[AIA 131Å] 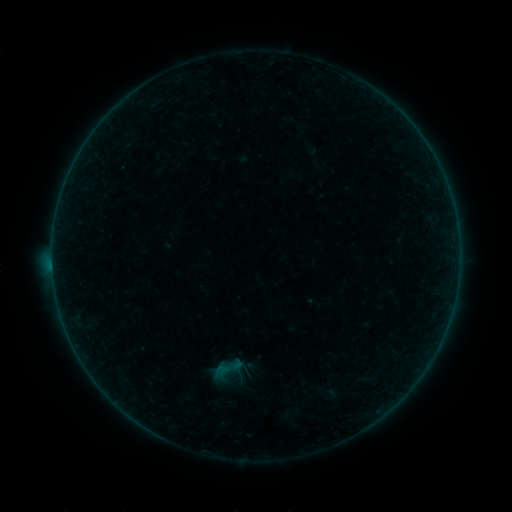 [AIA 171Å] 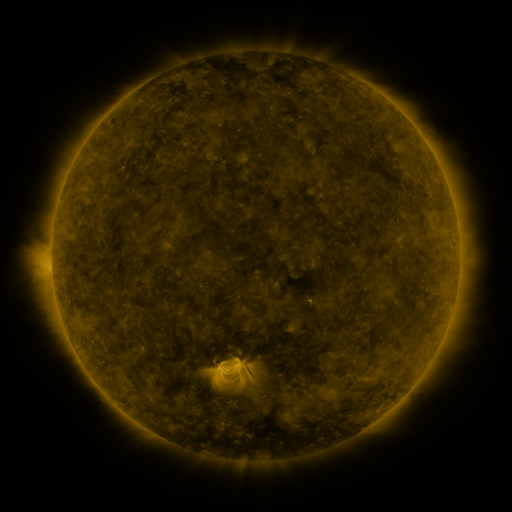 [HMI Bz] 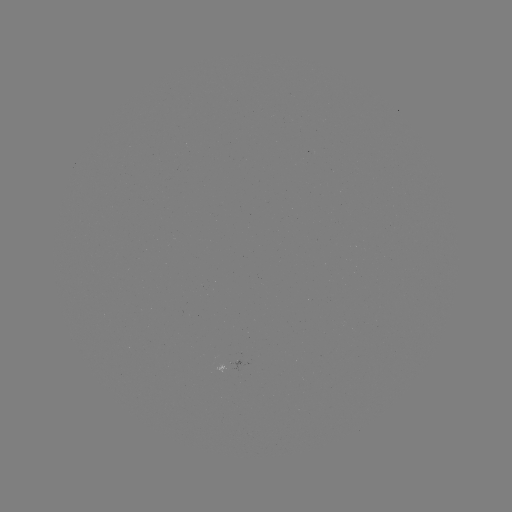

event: sigmoid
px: (226, 369)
